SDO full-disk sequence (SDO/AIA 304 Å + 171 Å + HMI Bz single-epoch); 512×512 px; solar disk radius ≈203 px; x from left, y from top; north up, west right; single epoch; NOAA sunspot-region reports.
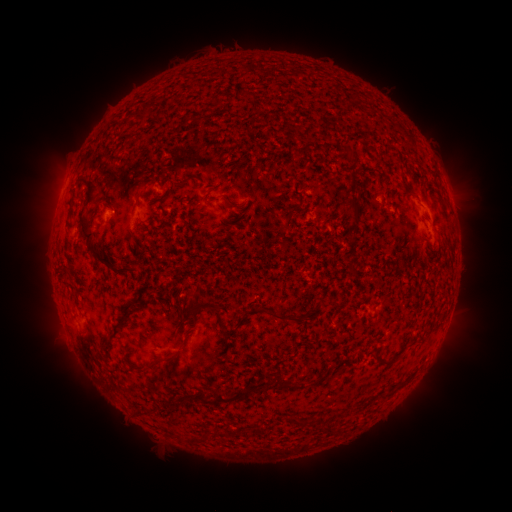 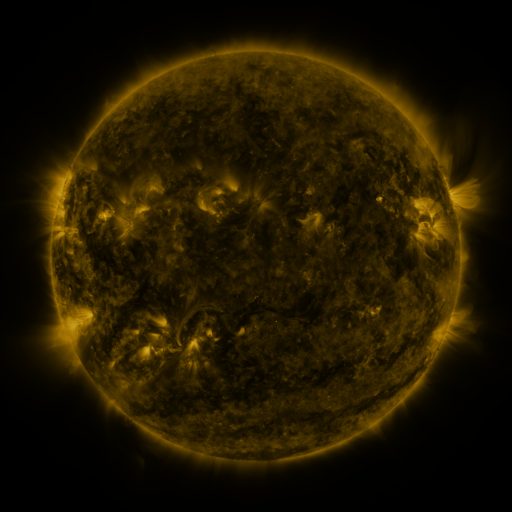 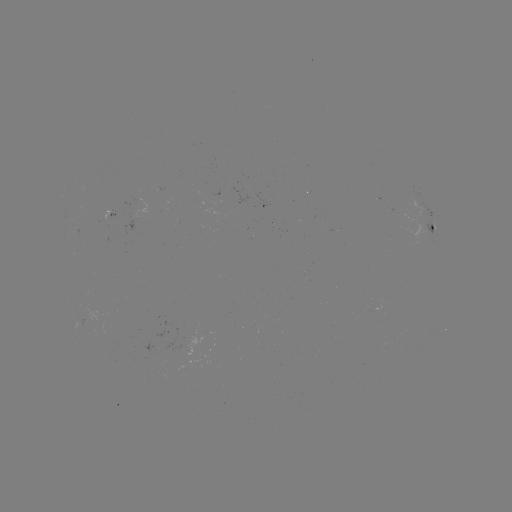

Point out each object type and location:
spotted active region: (433, 213)
spotted active region: (432, 231)
